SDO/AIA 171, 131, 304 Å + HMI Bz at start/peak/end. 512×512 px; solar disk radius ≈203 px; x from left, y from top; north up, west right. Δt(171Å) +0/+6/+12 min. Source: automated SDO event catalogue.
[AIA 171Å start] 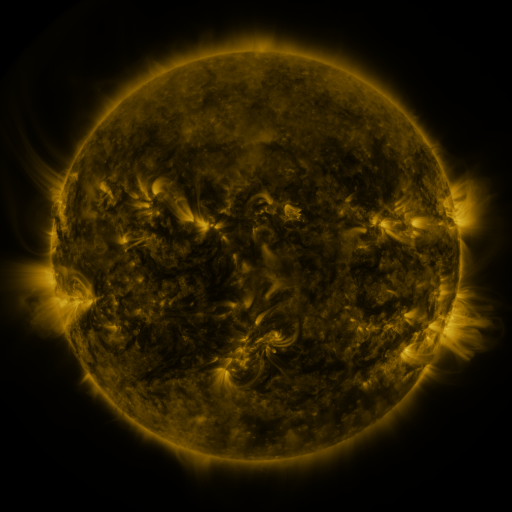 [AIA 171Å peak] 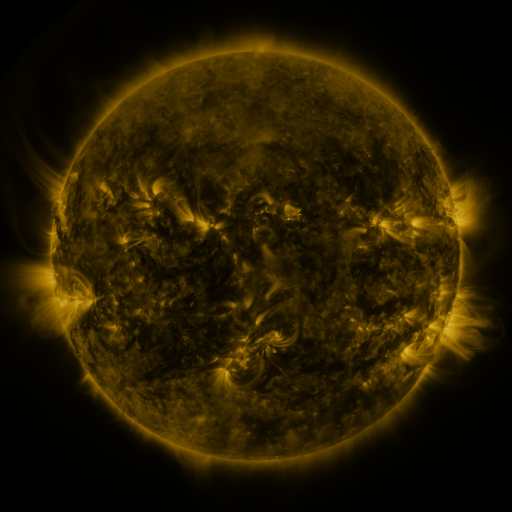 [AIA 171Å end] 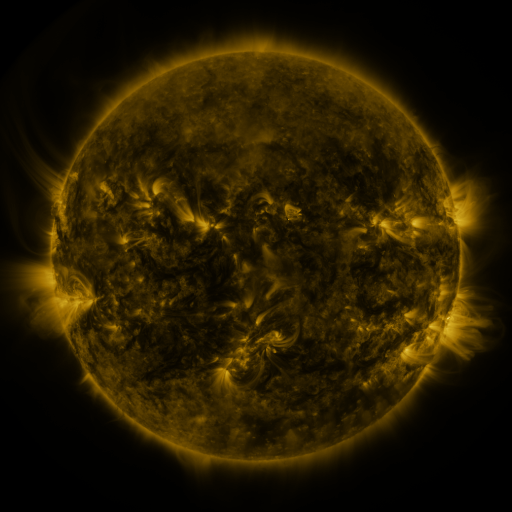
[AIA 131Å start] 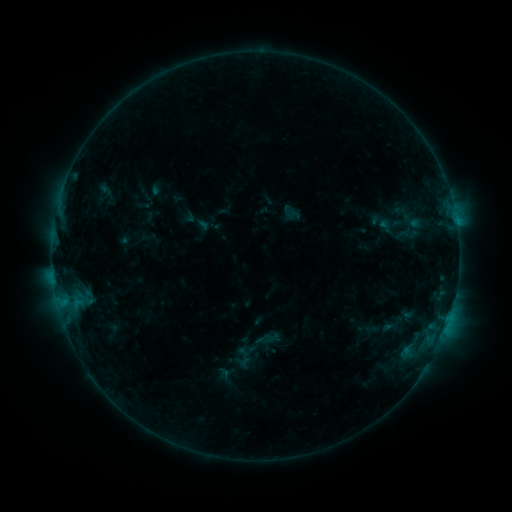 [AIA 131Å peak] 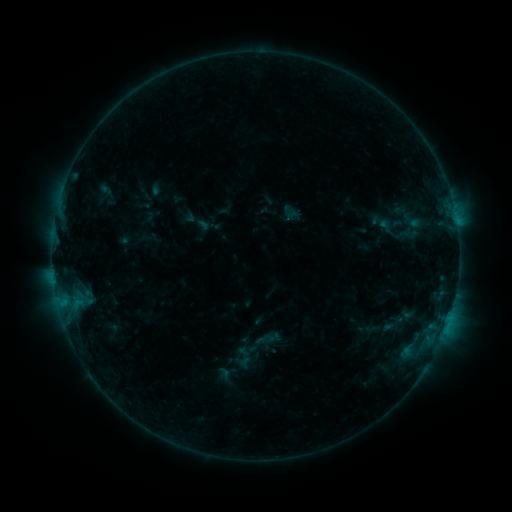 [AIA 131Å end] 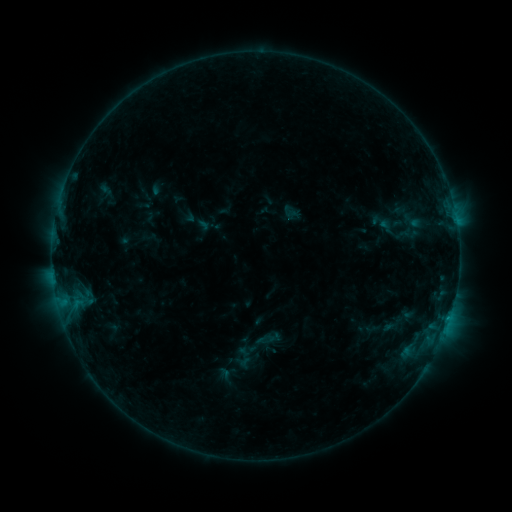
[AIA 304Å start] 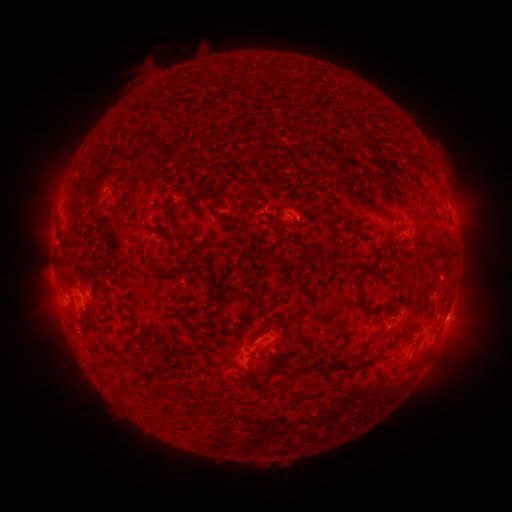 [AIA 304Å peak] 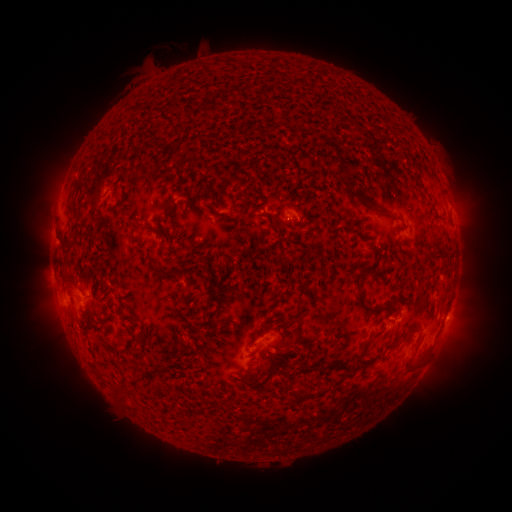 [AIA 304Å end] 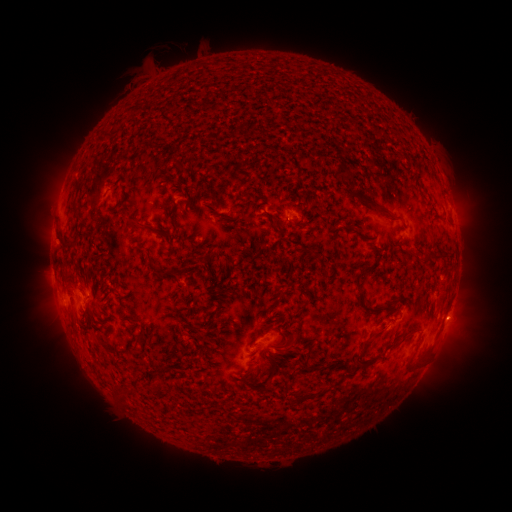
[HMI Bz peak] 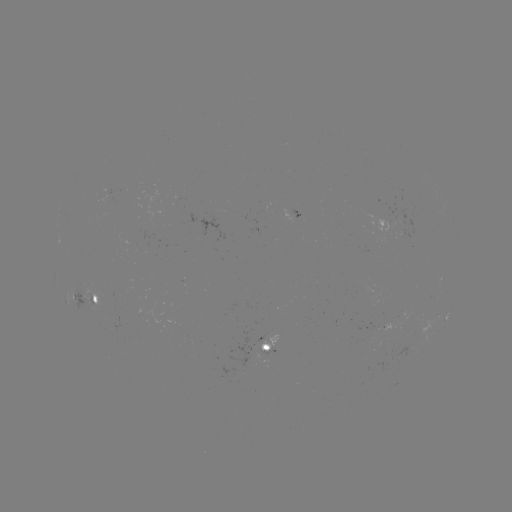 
nothing was catalogued: no classed flare, no EUV trigger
